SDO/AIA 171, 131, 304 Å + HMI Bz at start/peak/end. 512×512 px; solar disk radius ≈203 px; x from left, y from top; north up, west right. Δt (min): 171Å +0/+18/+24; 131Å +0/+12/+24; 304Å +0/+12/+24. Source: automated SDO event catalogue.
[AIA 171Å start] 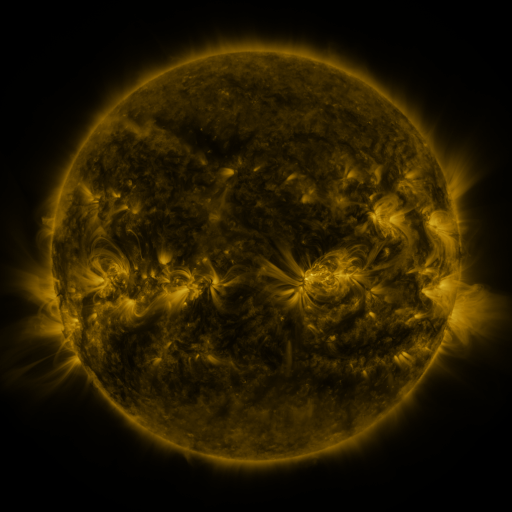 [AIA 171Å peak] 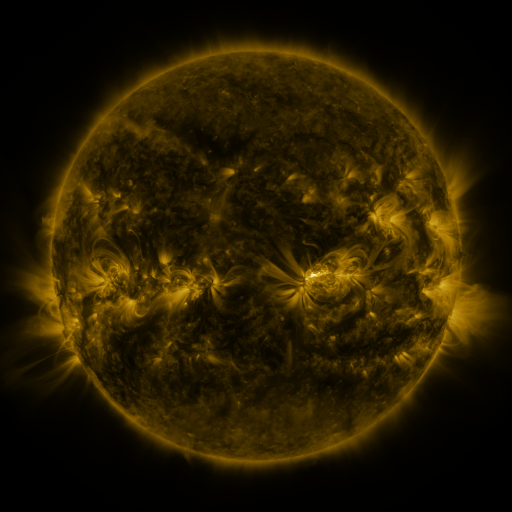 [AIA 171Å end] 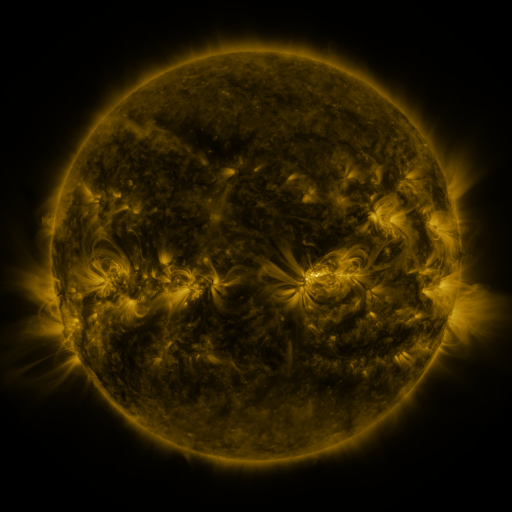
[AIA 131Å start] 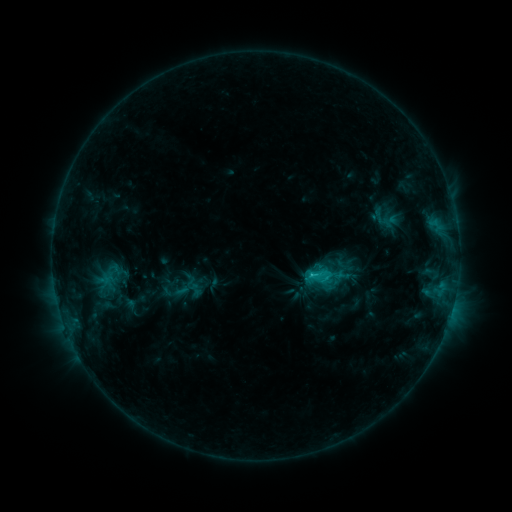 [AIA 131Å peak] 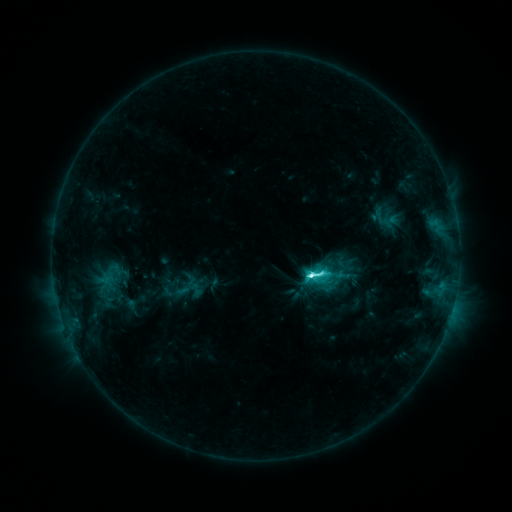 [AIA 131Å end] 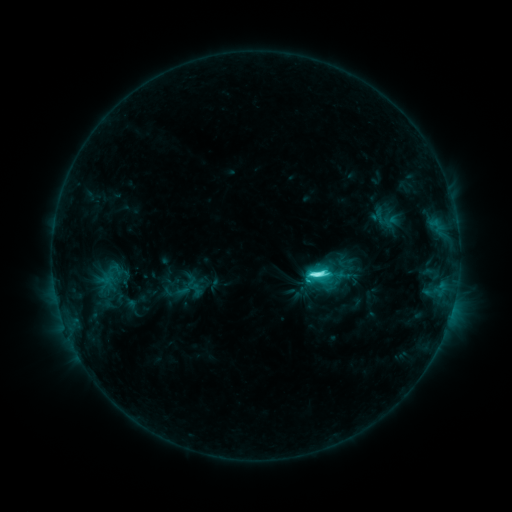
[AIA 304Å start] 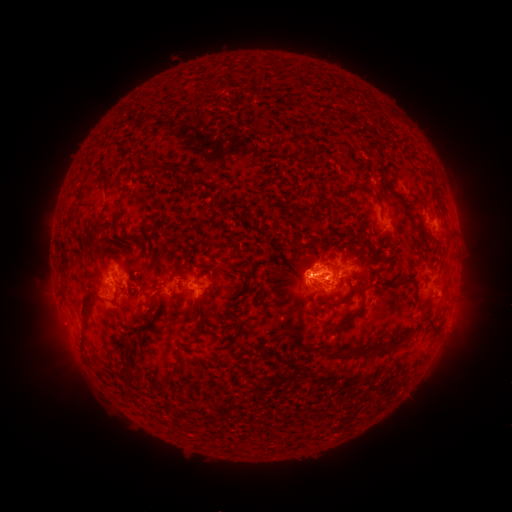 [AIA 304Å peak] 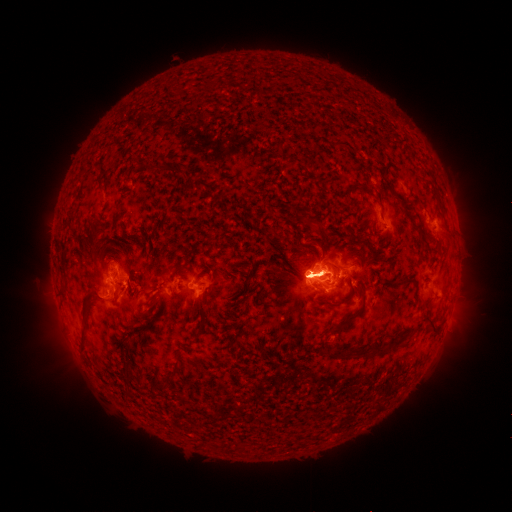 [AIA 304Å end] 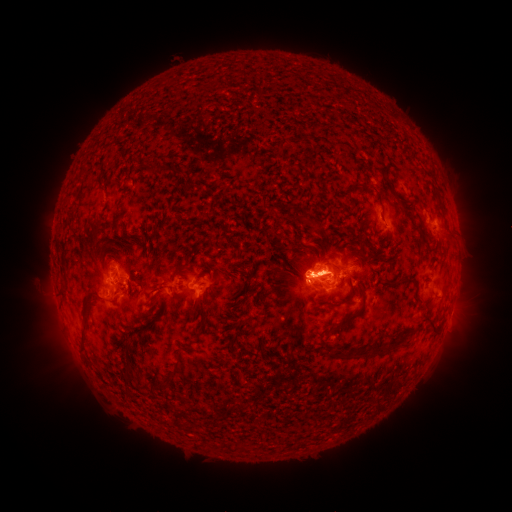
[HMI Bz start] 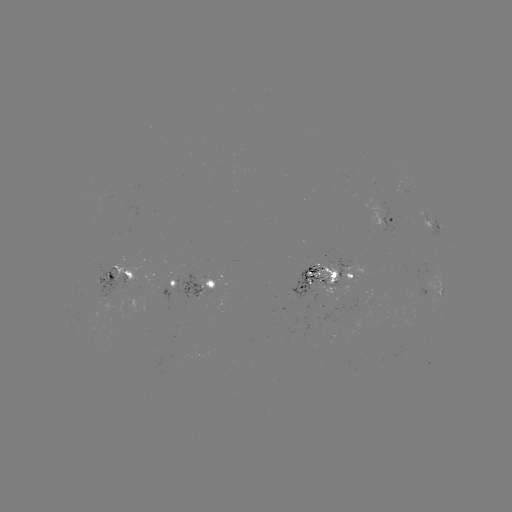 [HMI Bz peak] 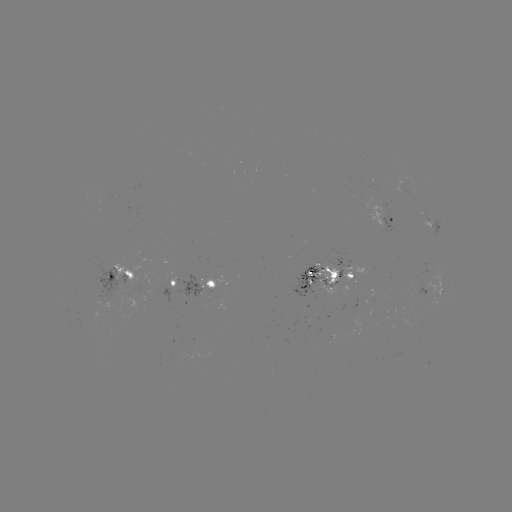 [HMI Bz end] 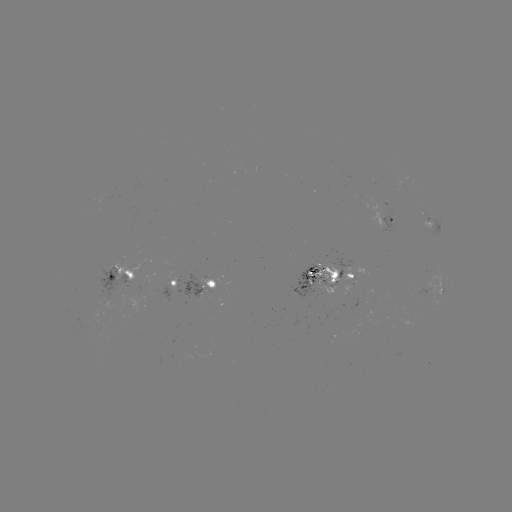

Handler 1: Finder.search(M1.4 flare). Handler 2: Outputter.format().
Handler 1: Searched M1.4 flare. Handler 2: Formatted (311, 271).